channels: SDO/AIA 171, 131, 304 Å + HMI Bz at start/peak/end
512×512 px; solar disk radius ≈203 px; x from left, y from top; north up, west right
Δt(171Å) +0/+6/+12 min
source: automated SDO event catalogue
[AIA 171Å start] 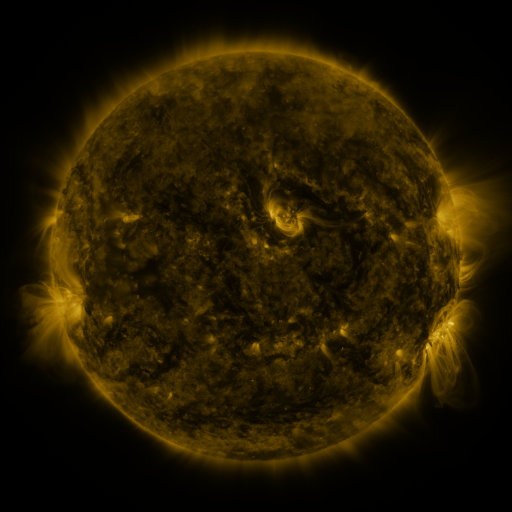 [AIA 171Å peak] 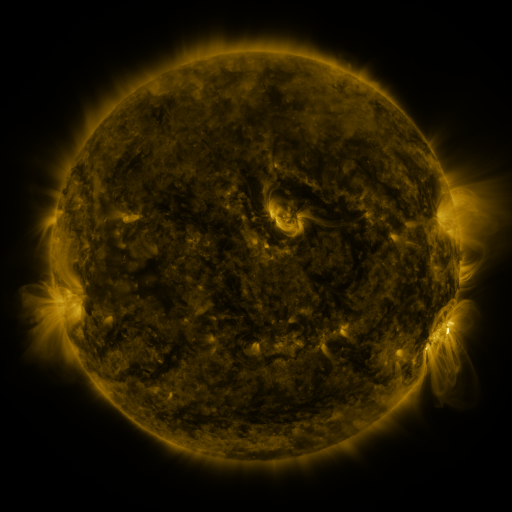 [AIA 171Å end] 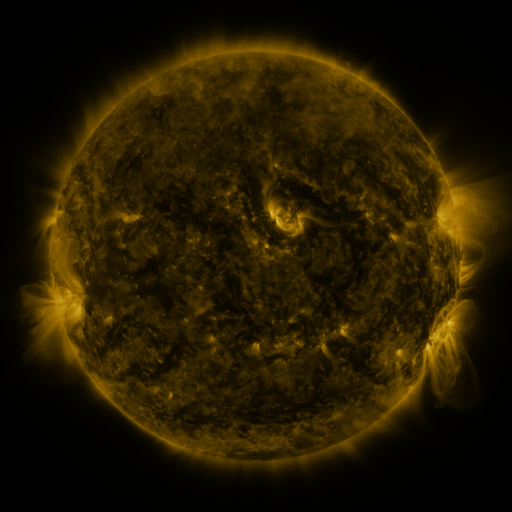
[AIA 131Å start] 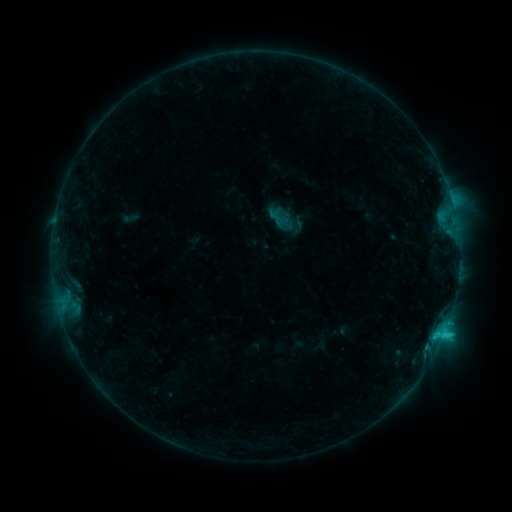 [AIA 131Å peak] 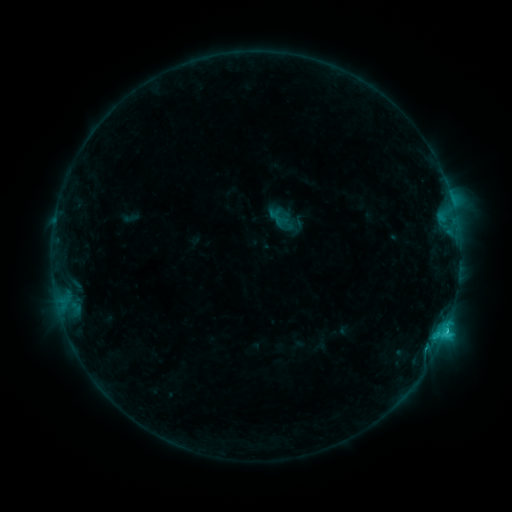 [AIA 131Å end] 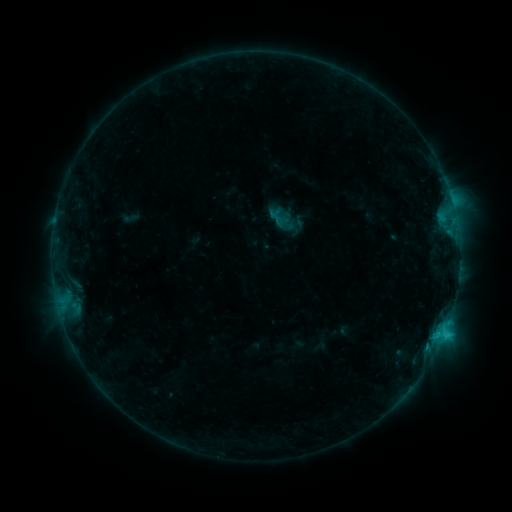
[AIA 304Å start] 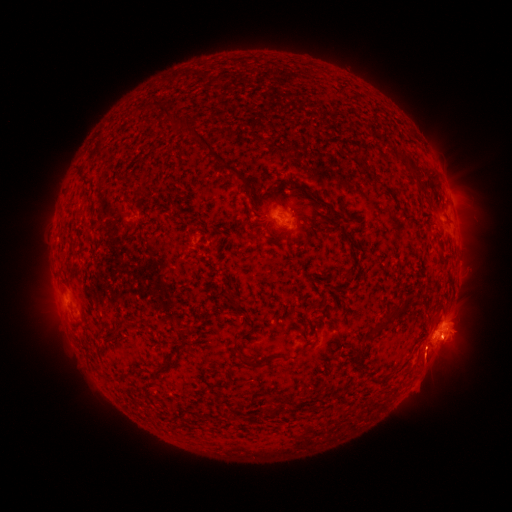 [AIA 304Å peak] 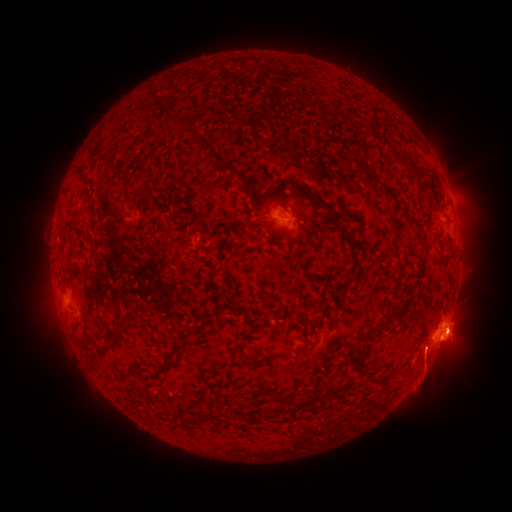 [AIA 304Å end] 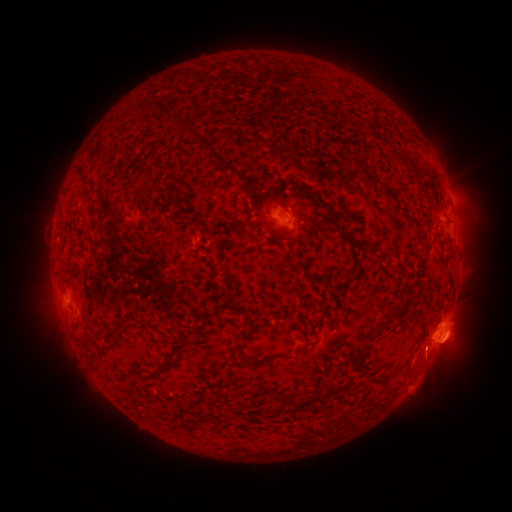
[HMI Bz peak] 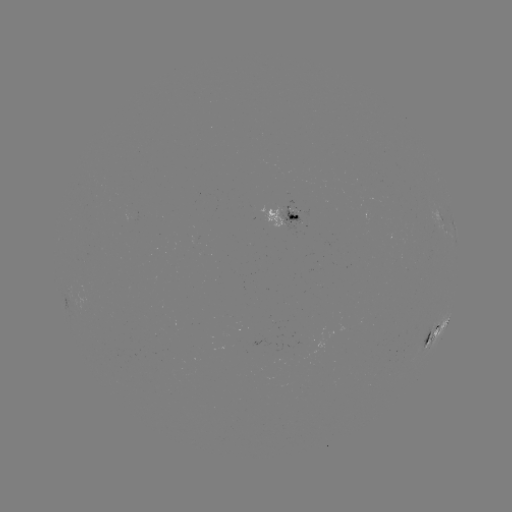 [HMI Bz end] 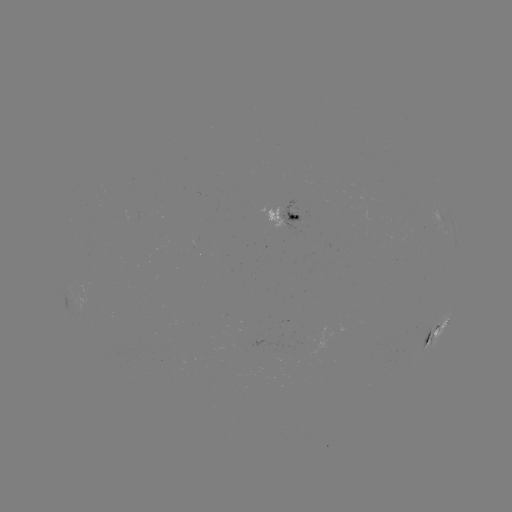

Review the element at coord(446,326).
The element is C3.0 flare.